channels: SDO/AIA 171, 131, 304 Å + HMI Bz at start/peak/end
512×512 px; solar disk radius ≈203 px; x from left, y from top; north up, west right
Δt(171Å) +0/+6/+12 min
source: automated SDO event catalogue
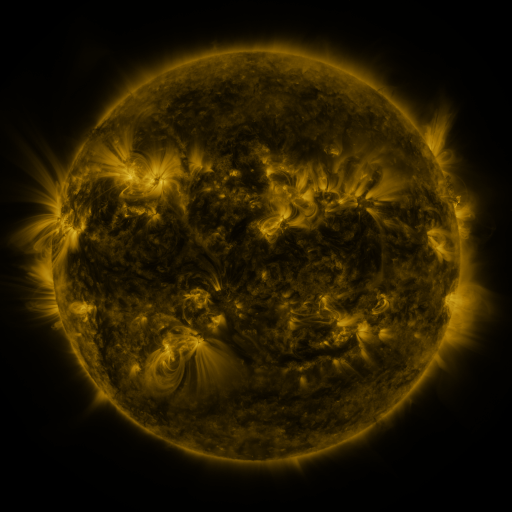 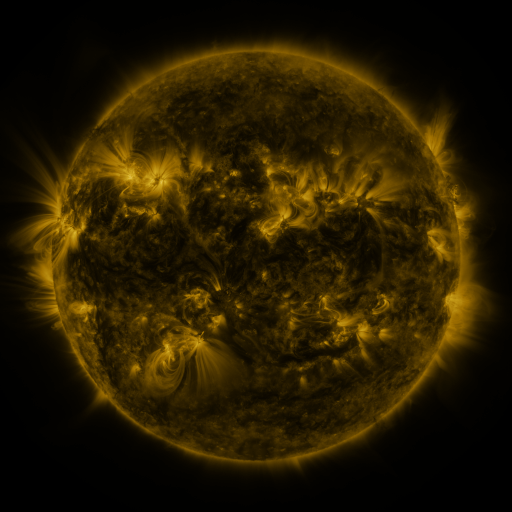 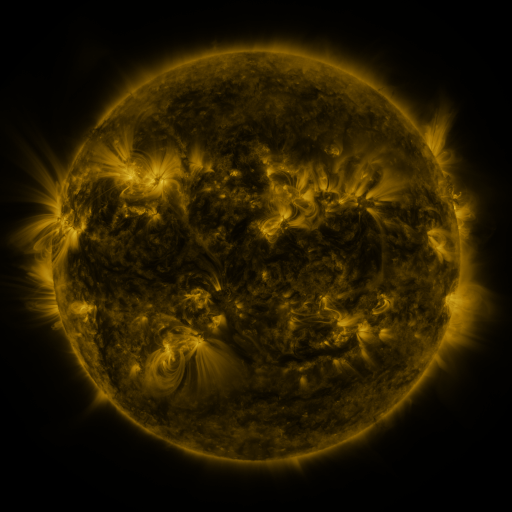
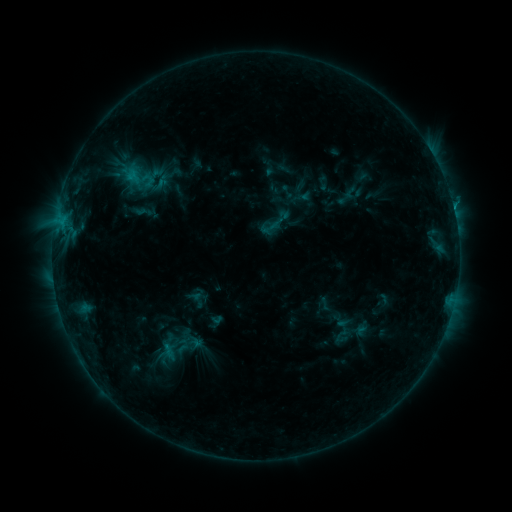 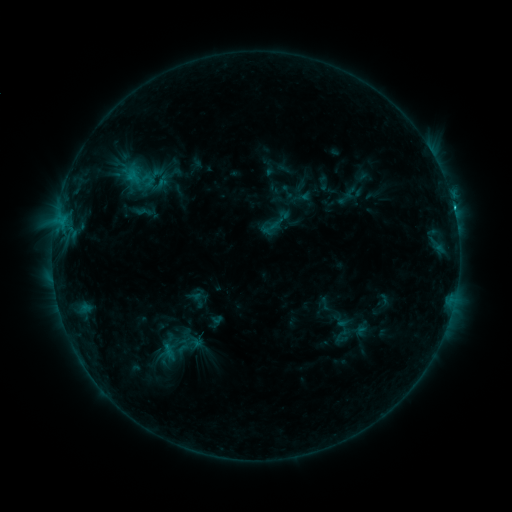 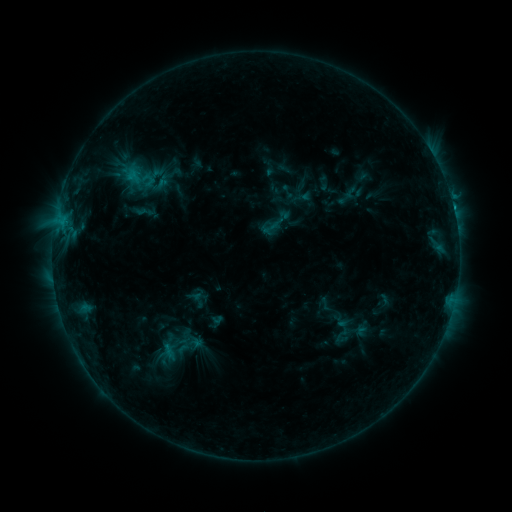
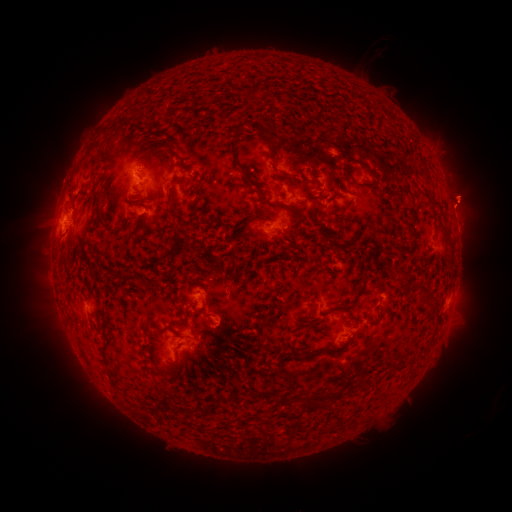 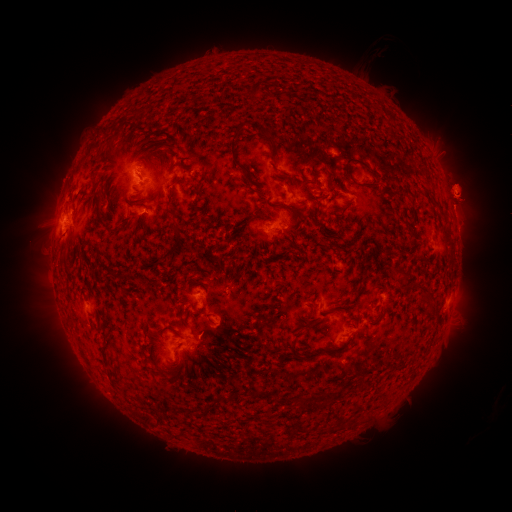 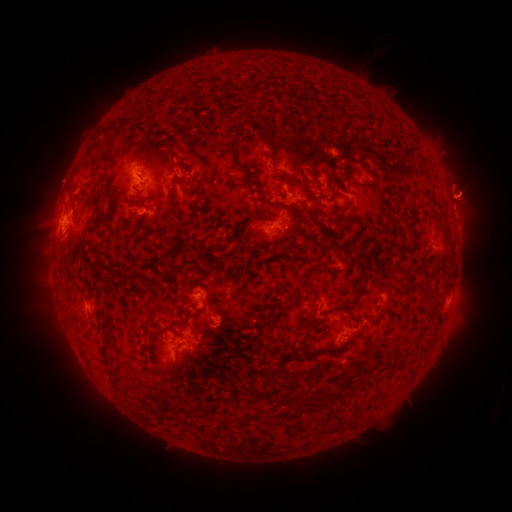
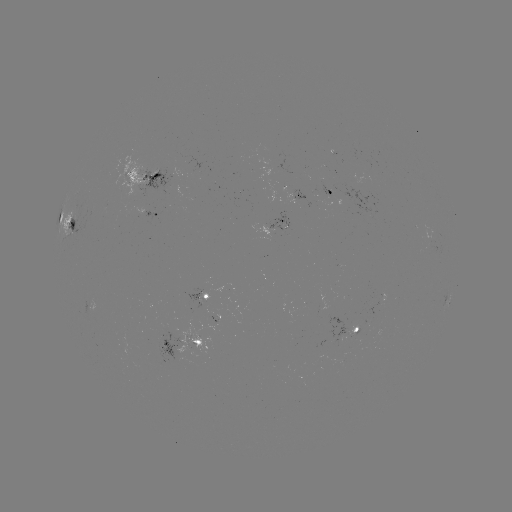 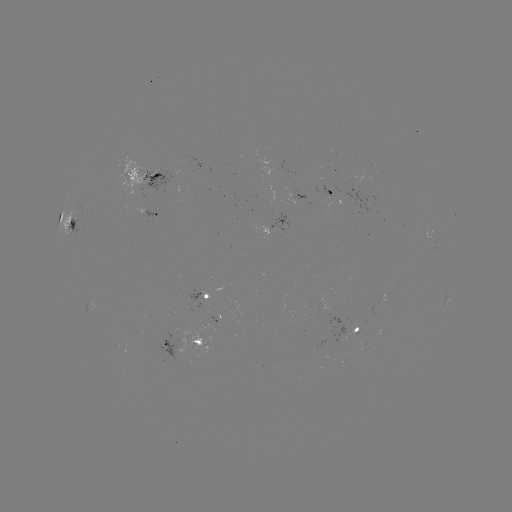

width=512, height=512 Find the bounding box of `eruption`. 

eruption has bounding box [437, 124, 482, 160].